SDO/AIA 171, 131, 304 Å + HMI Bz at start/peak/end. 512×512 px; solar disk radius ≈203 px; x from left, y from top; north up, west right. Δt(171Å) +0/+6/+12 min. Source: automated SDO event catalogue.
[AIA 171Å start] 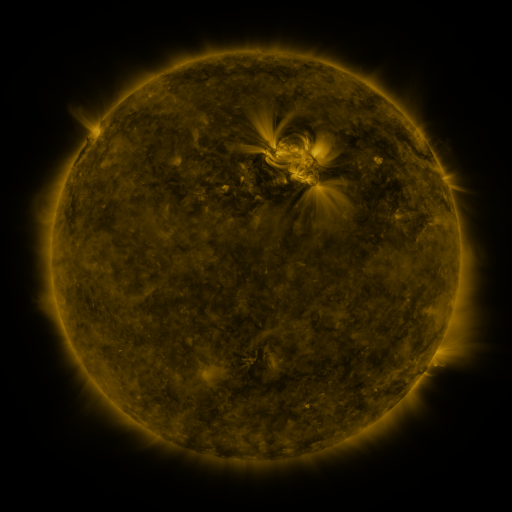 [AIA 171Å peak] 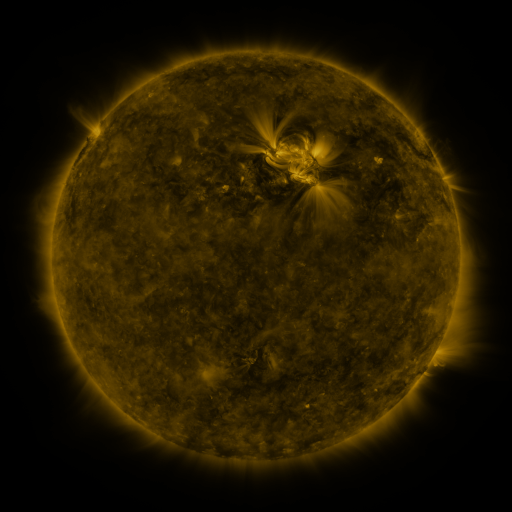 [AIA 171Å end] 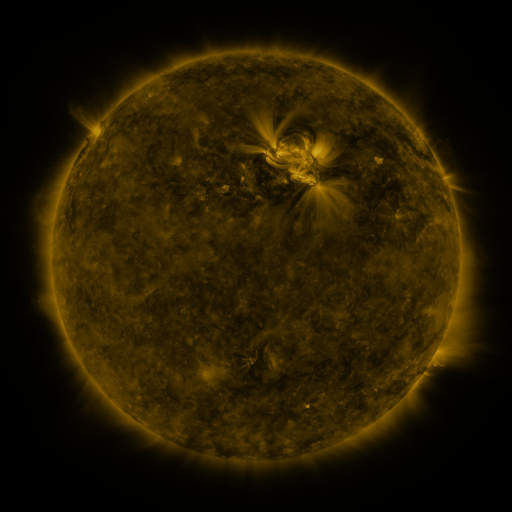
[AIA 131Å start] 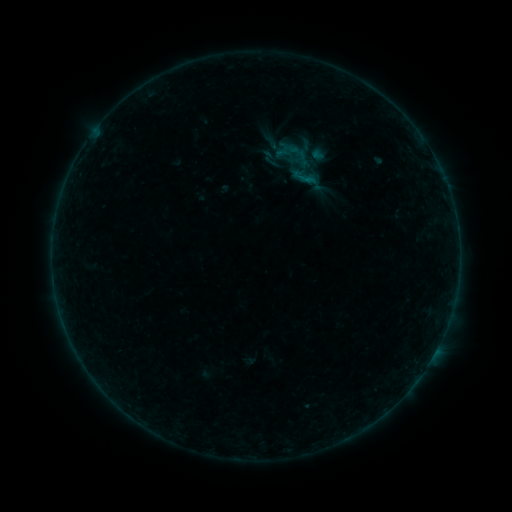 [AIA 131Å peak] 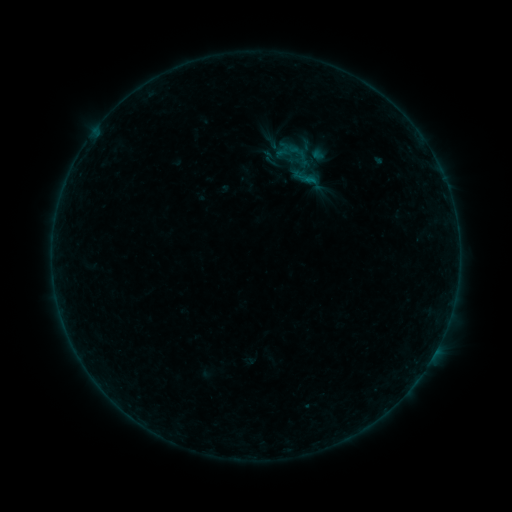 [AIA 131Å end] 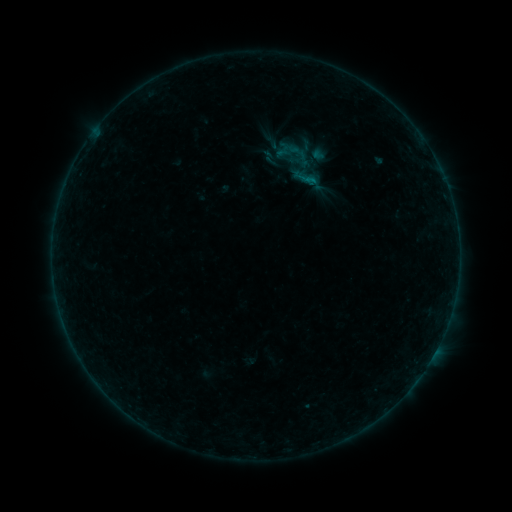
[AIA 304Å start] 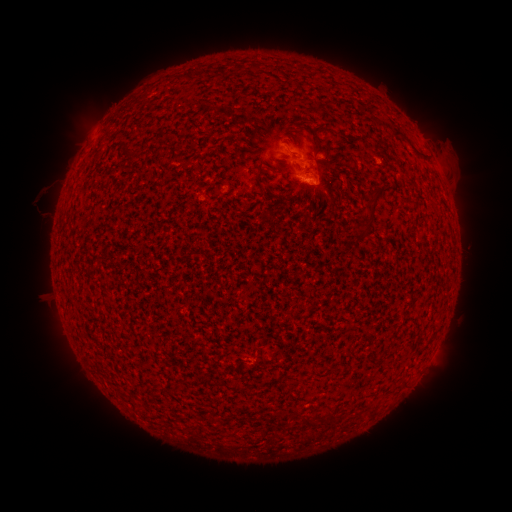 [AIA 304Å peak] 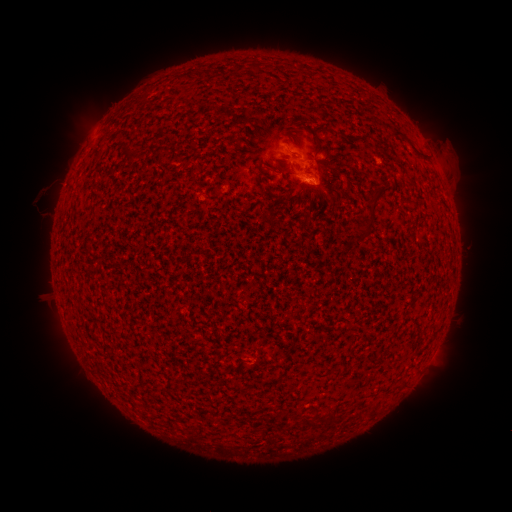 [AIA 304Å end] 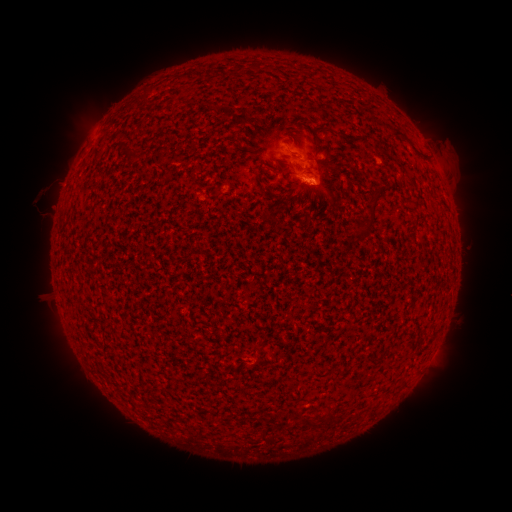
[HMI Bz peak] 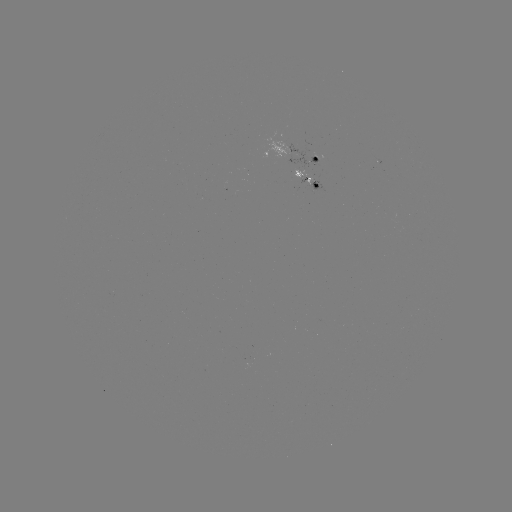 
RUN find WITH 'B1.7 flare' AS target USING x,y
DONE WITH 306,179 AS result